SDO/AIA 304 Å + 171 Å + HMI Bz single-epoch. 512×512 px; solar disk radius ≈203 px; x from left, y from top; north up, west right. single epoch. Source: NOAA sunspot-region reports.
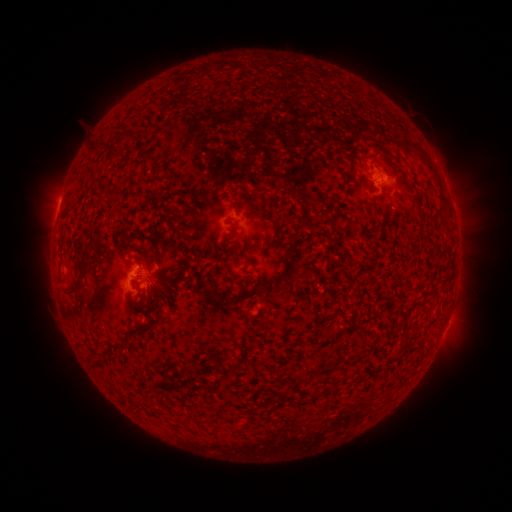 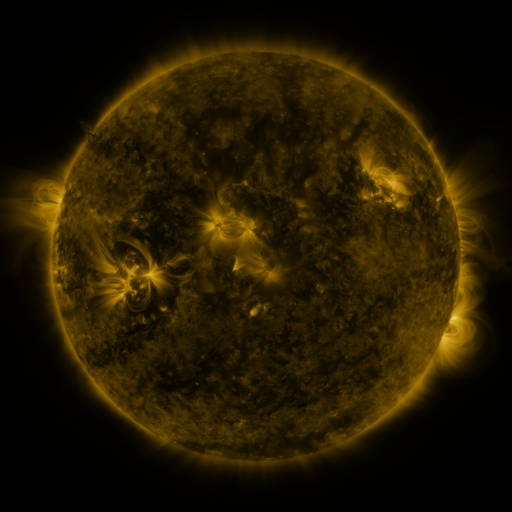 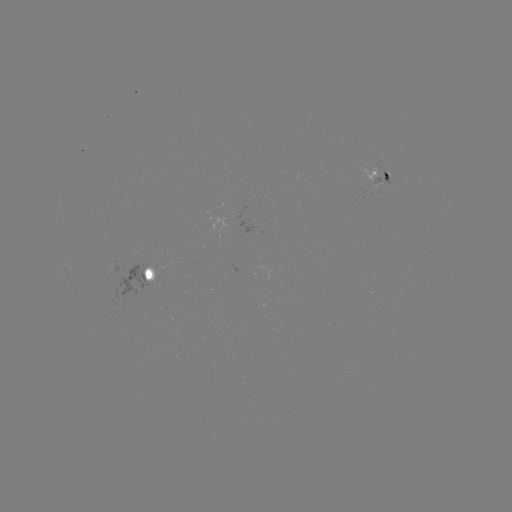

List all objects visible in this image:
spotted active region: (379, 174)
spotted active region: (145, 274)
